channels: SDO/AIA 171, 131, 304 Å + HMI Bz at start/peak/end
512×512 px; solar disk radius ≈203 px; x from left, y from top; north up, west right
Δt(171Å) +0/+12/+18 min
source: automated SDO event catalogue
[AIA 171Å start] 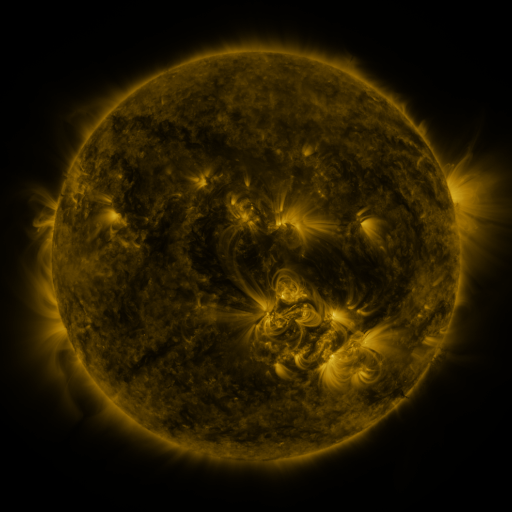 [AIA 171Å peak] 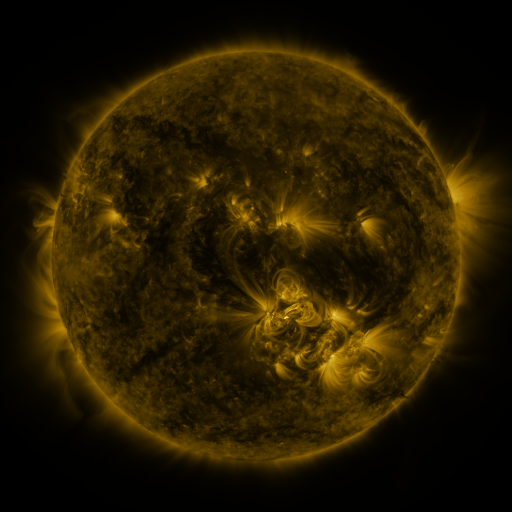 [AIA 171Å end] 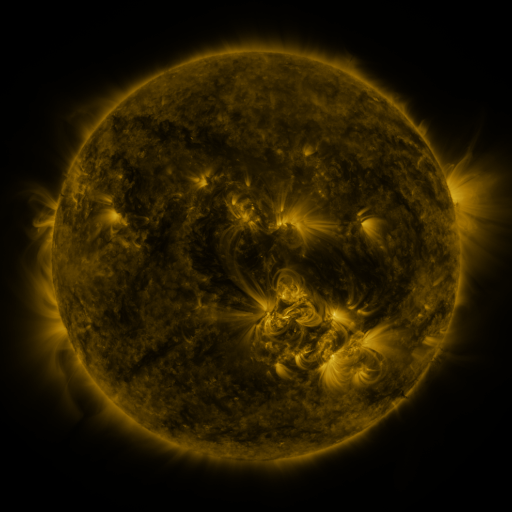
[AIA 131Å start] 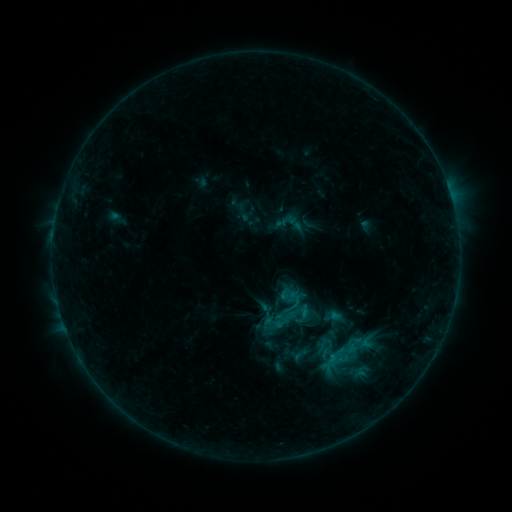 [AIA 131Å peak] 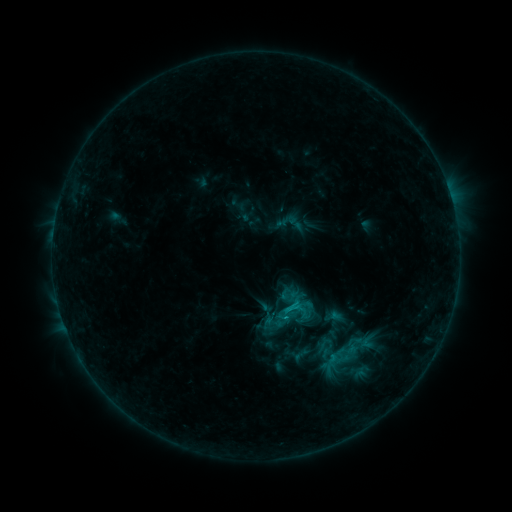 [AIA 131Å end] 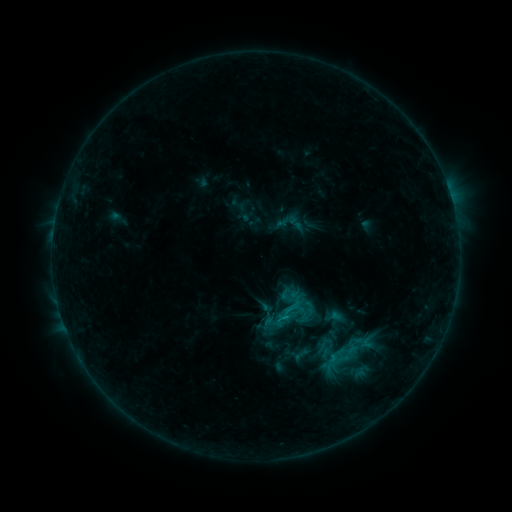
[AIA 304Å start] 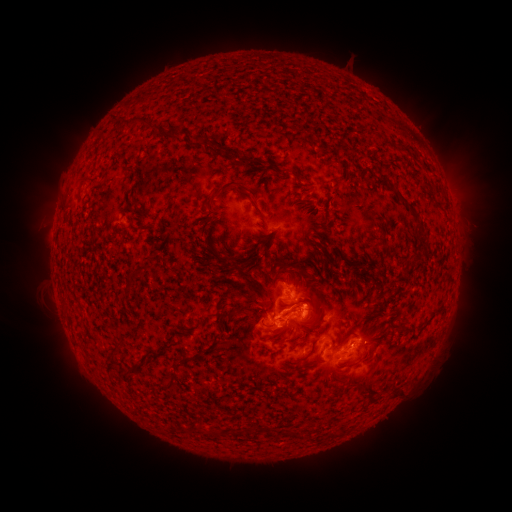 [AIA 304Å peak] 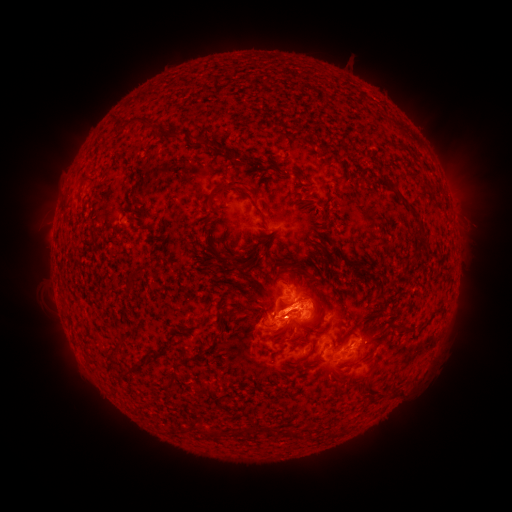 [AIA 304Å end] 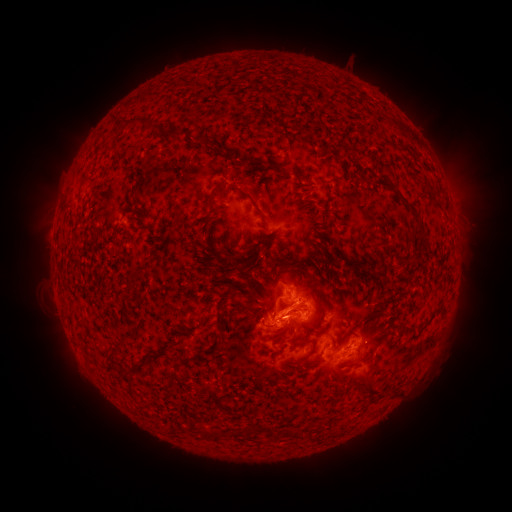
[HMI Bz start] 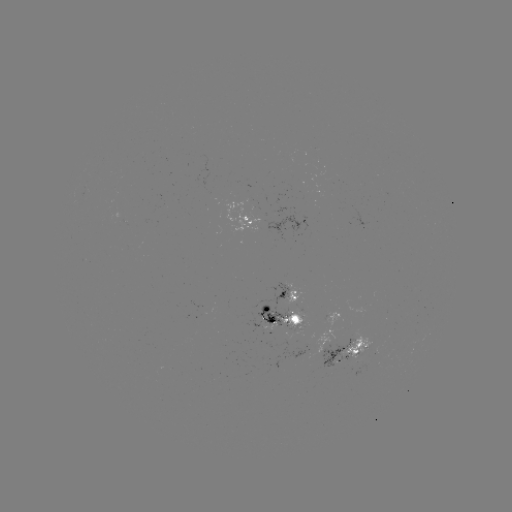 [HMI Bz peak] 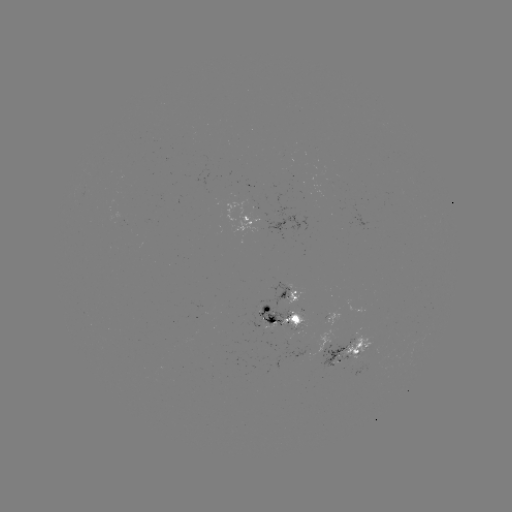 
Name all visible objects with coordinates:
C1.1 flare: (286, 309)
